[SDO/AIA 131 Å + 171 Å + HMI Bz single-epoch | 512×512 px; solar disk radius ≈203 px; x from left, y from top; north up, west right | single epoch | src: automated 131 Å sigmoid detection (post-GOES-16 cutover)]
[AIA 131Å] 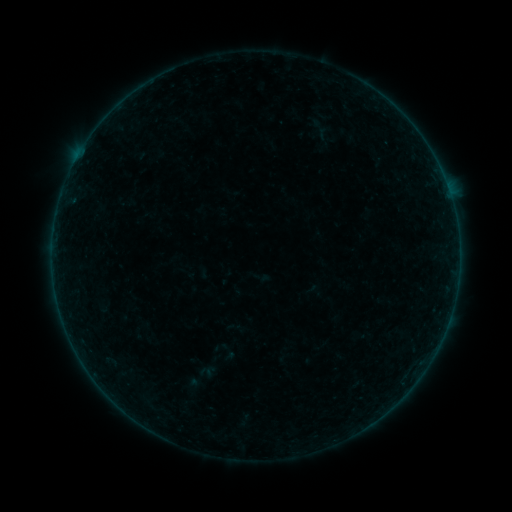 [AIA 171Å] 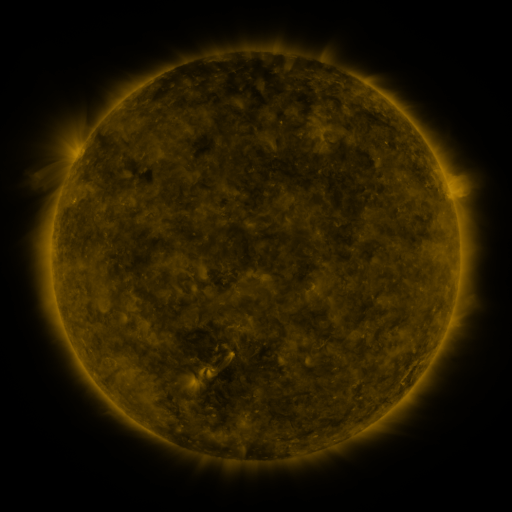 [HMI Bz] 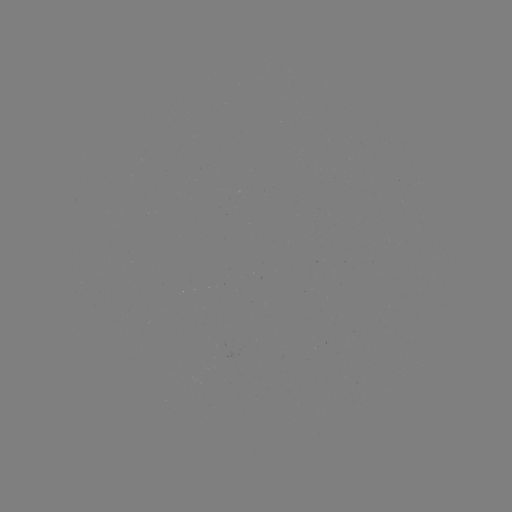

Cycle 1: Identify sigmoid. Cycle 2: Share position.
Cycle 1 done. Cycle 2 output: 199,379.